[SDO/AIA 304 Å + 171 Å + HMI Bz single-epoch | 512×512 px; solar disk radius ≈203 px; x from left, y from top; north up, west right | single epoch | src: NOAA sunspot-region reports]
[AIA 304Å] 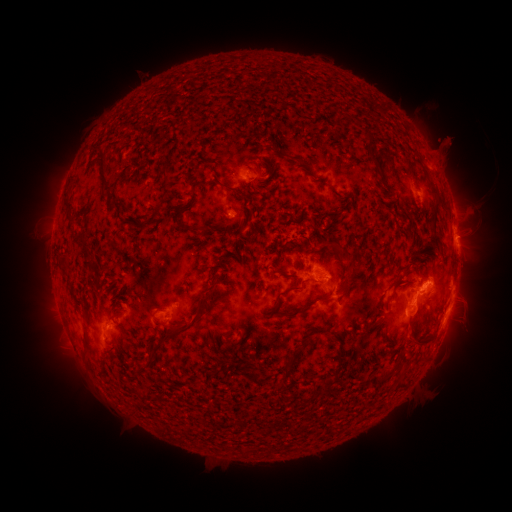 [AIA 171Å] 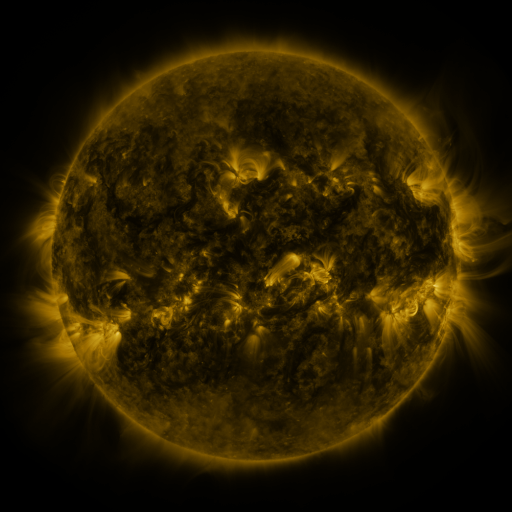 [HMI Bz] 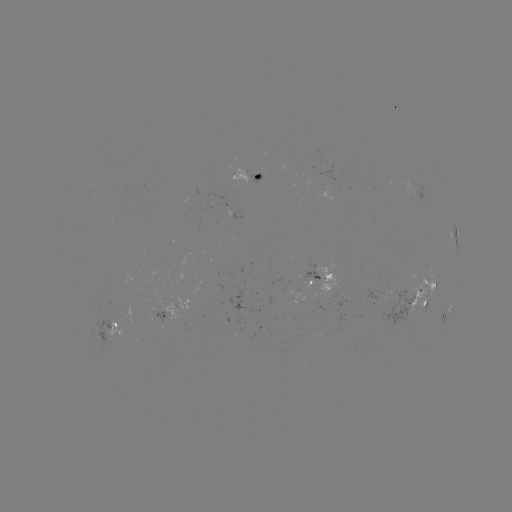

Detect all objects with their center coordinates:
spotted active region: (249, 176)
spotted active region: (455, 235)
spotted active region: (324, 274)
spotted active region: (454, 285)
spotted active region: (422, 299)
spotted active region: (448, 312)
spotted active region: (178, 313)
spotted active region: (118, 324)
